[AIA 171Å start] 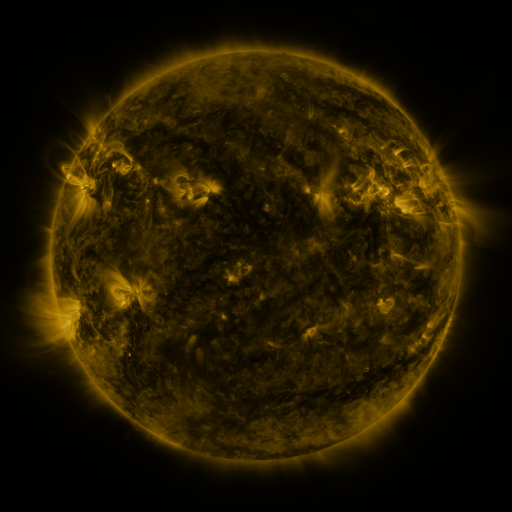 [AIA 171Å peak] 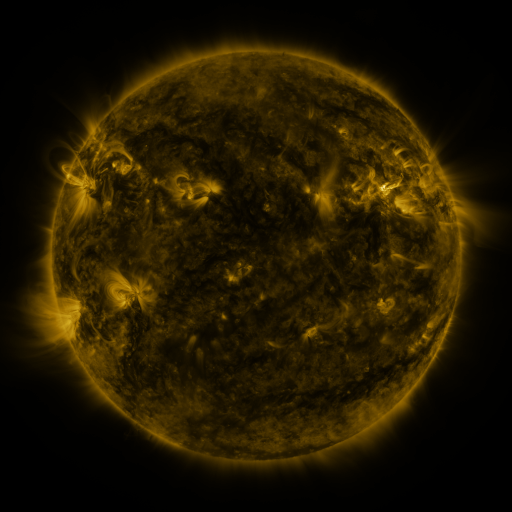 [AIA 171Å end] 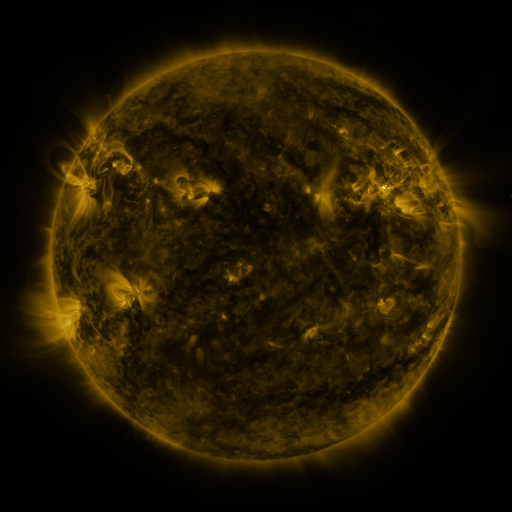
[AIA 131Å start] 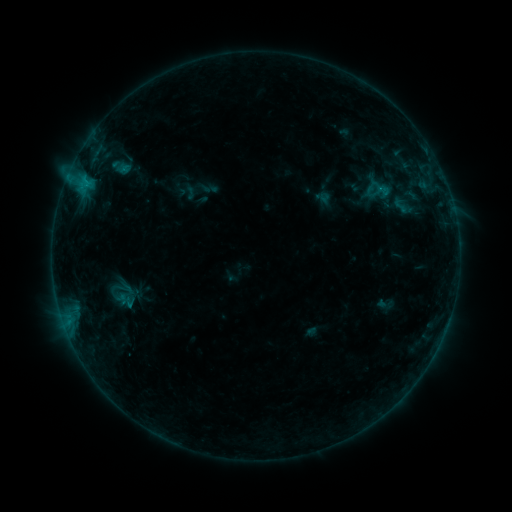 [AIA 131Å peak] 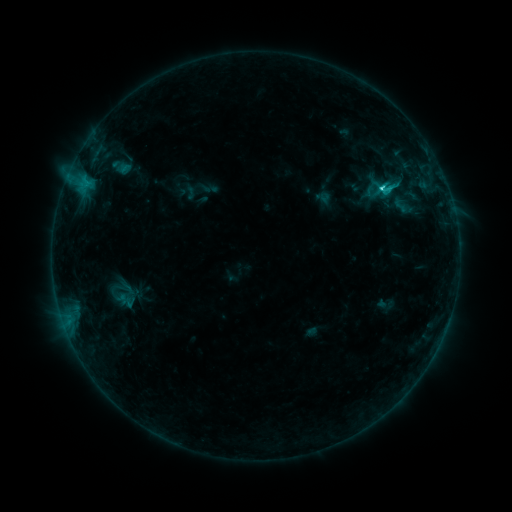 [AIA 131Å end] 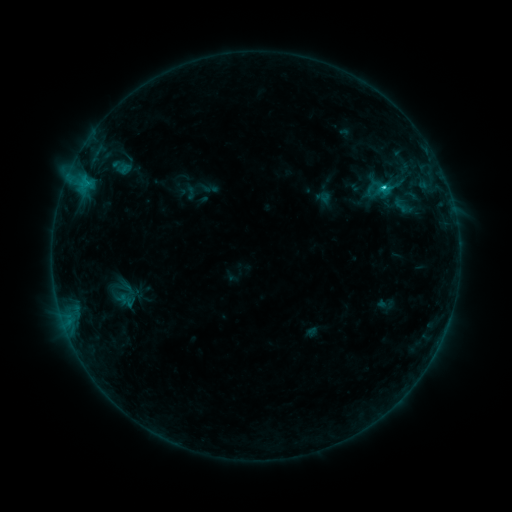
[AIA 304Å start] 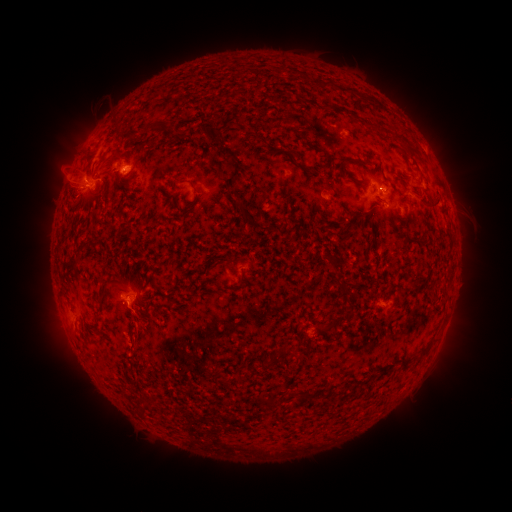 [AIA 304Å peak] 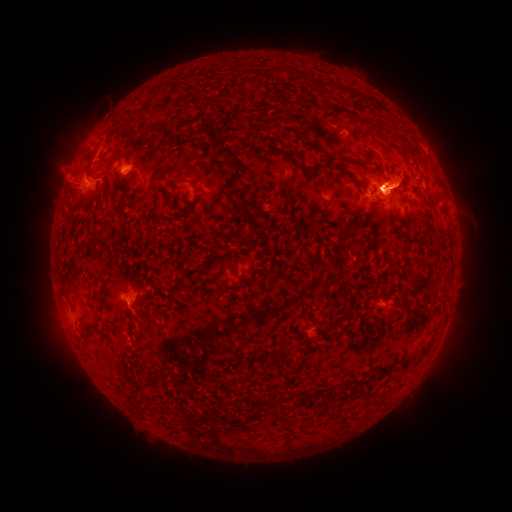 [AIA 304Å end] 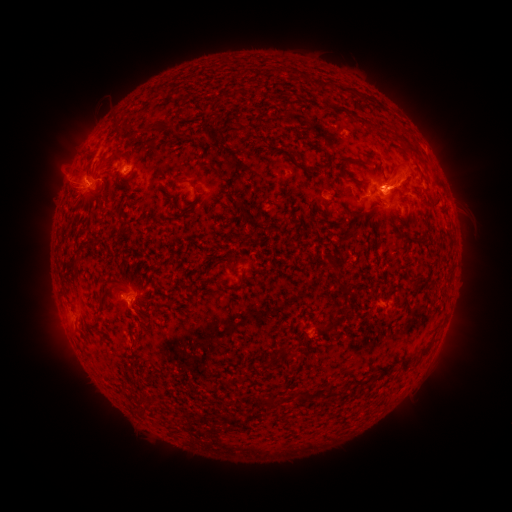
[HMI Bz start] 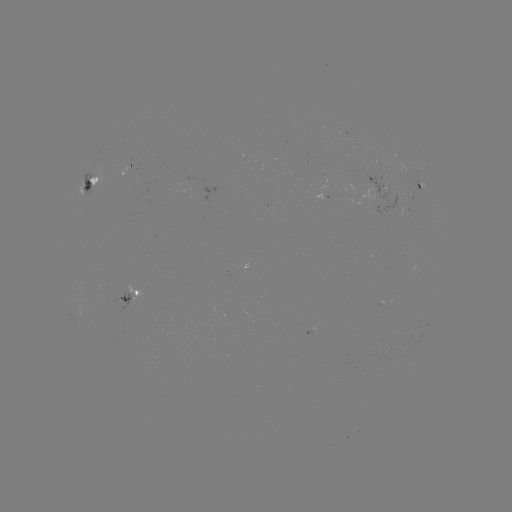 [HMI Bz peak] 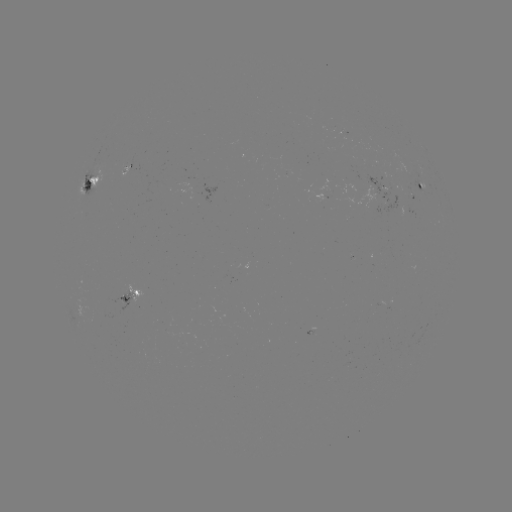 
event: eruption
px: (58, 320)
